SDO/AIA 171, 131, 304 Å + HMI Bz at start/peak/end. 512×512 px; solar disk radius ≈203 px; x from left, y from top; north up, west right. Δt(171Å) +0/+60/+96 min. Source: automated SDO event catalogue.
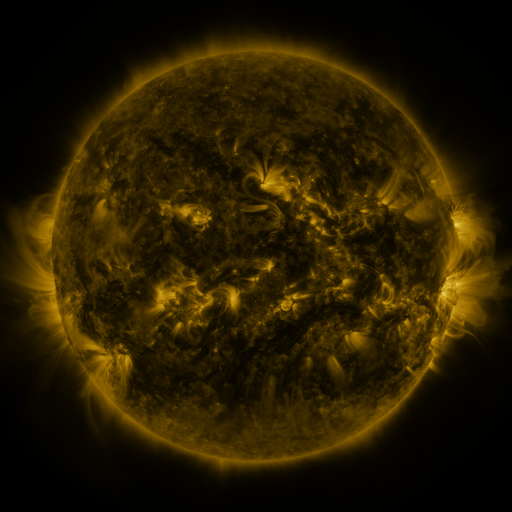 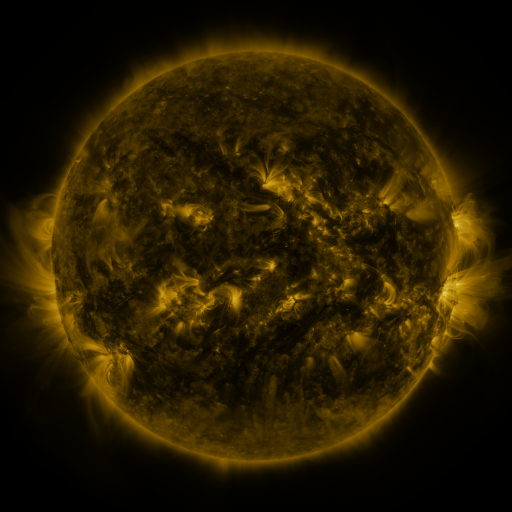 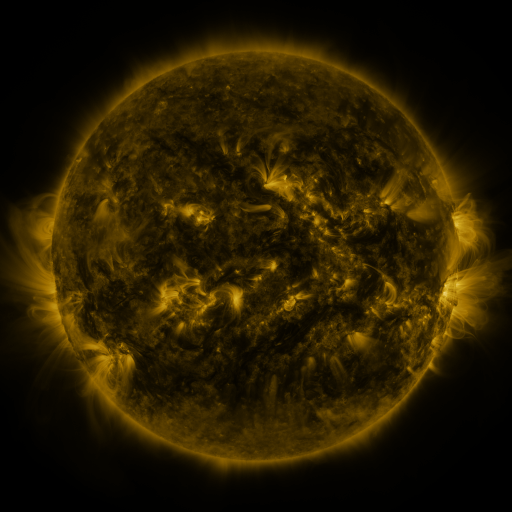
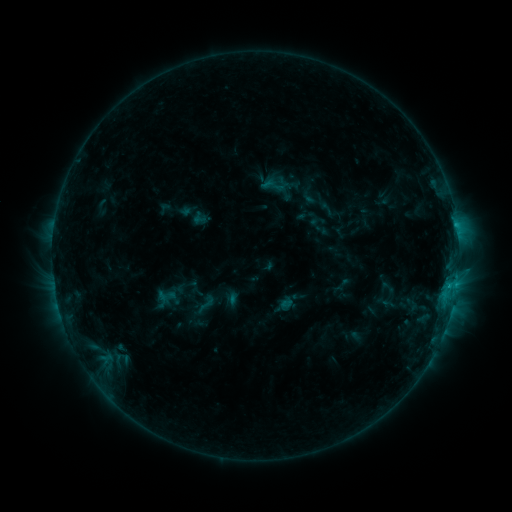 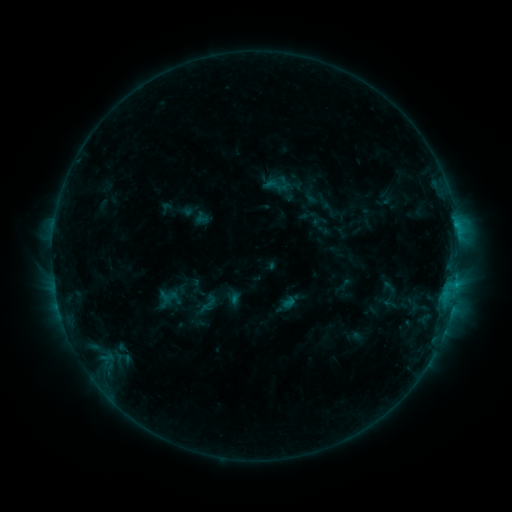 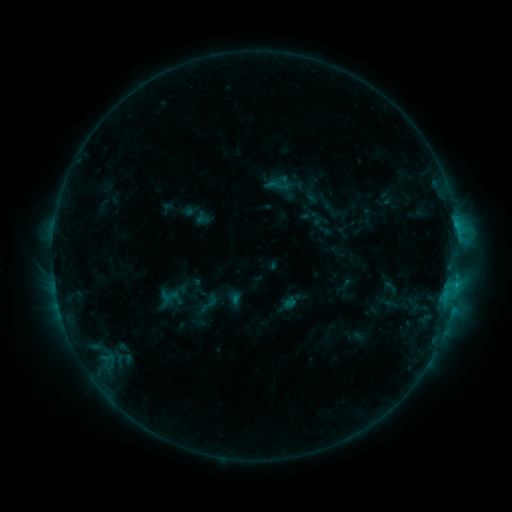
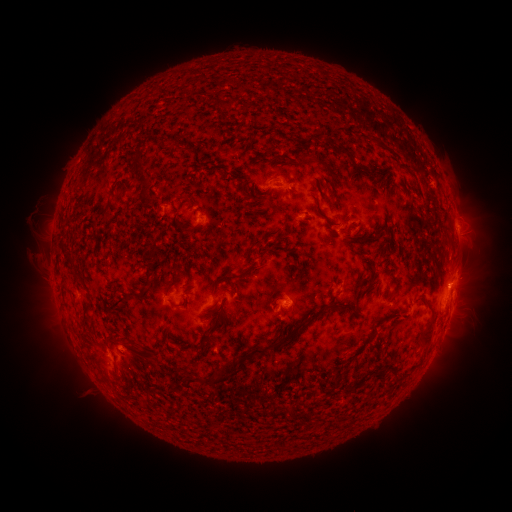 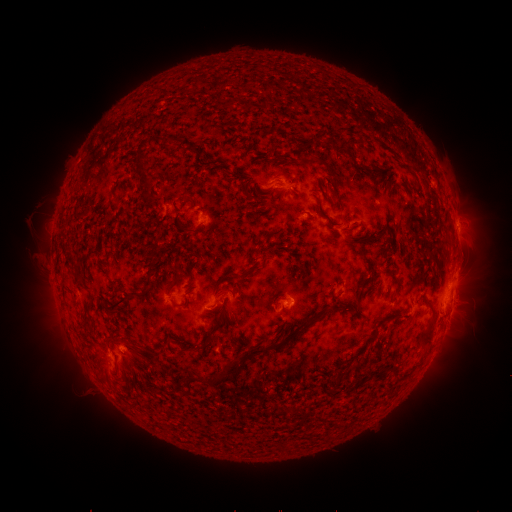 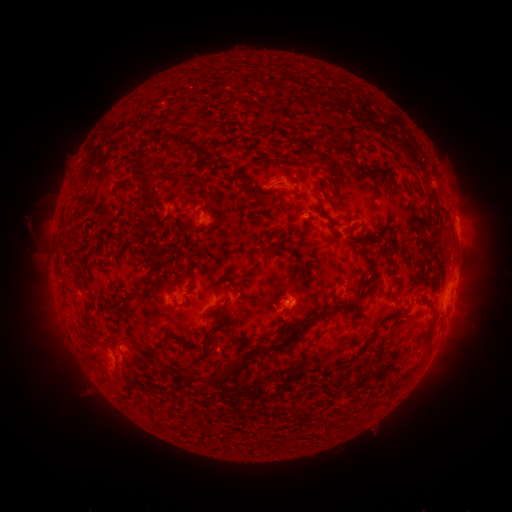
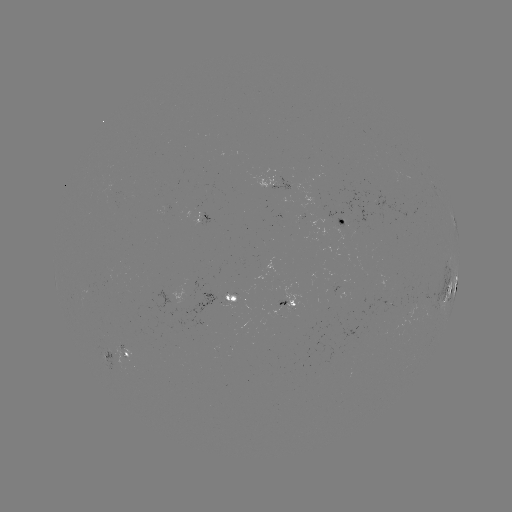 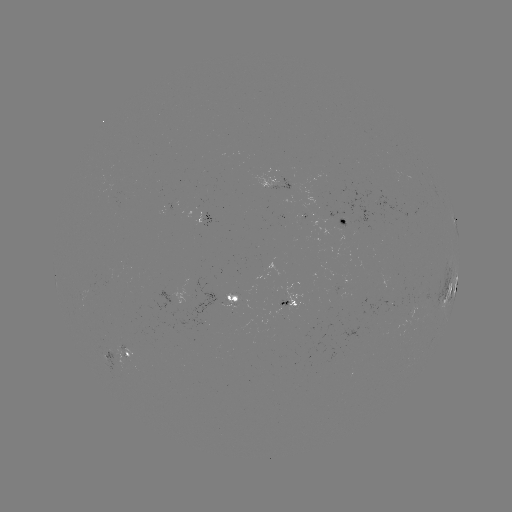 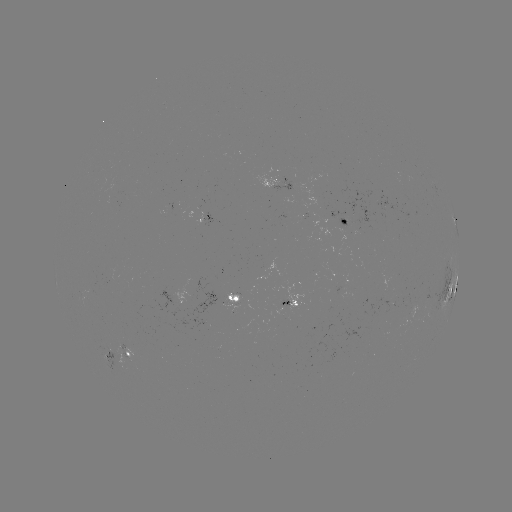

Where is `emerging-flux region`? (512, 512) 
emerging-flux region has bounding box [408, 303, 417, 320].